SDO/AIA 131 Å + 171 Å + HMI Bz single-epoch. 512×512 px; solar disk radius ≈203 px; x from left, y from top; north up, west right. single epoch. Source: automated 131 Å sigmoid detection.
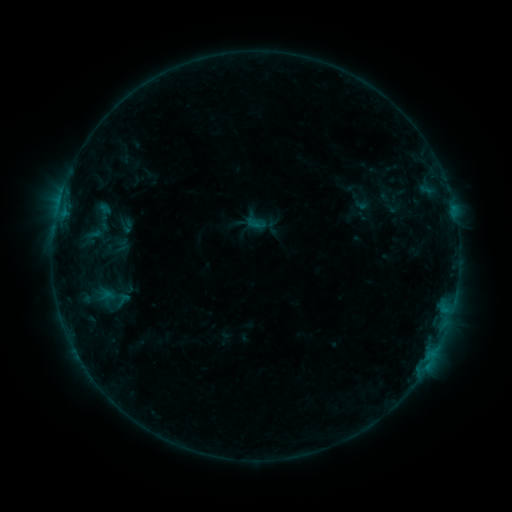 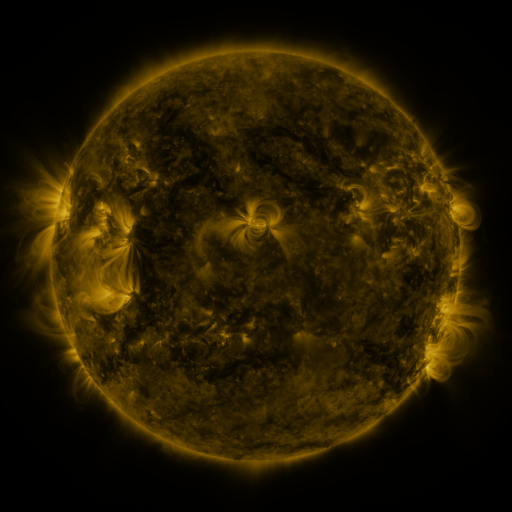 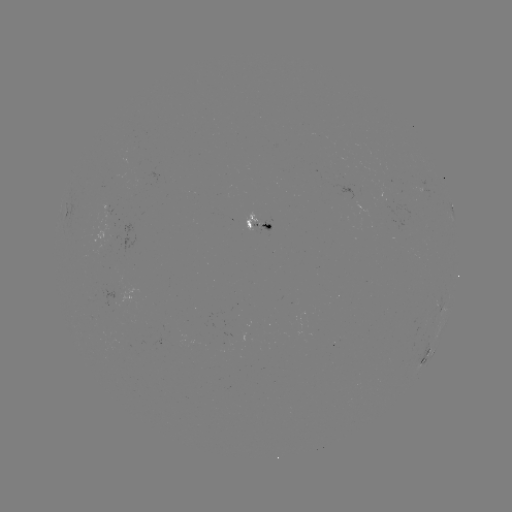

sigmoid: (112, 291, 134, 309)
